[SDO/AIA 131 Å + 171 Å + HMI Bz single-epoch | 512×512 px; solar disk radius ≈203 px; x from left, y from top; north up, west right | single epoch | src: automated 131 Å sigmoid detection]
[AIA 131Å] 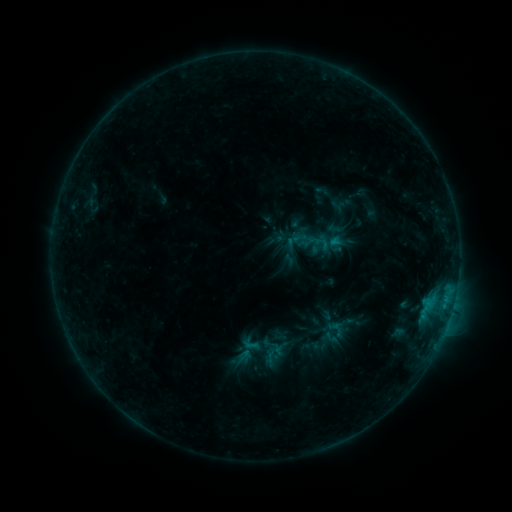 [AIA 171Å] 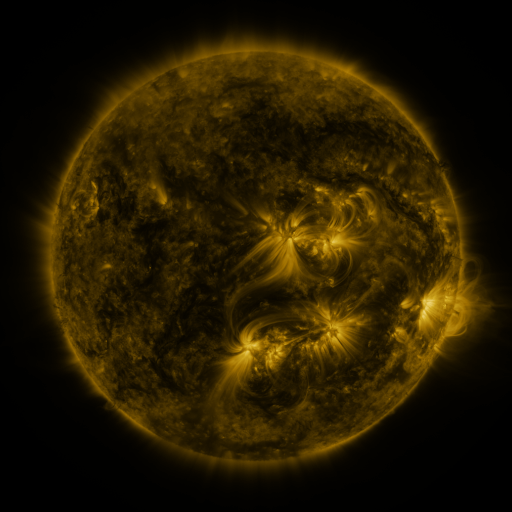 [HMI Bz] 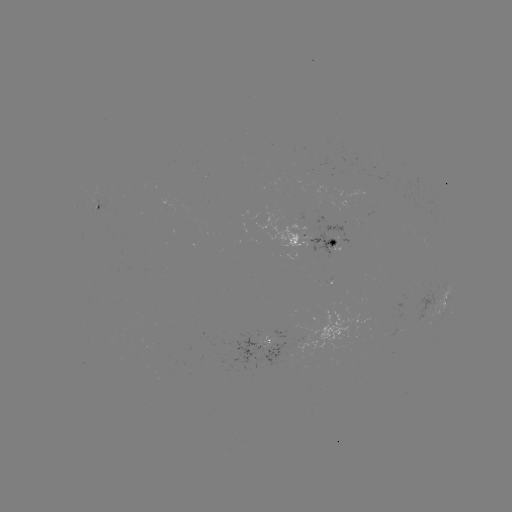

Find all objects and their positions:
sigmoid: (312, 241)
